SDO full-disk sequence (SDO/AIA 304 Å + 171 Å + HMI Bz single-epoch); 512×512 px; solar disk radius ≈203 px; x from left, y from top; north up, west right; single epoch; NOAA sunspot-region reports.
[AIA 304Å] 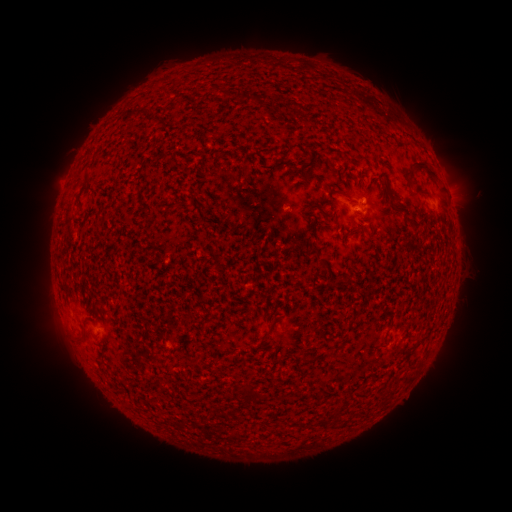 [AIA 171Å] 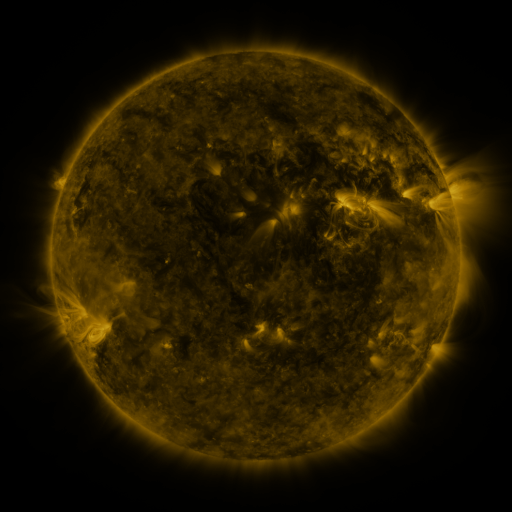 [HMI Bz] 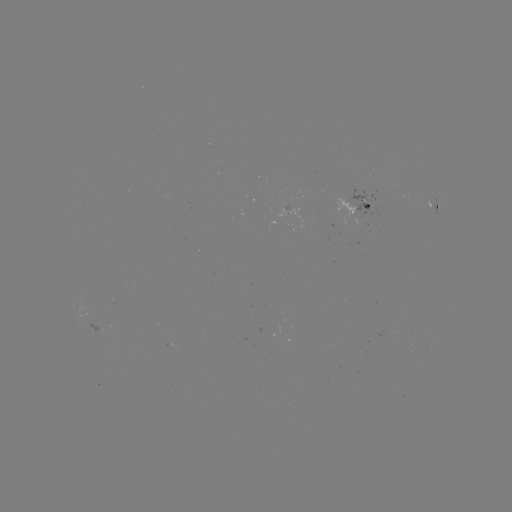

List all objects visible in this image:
spotted active region: (437, 207)
spotted active region: (365, 209)
